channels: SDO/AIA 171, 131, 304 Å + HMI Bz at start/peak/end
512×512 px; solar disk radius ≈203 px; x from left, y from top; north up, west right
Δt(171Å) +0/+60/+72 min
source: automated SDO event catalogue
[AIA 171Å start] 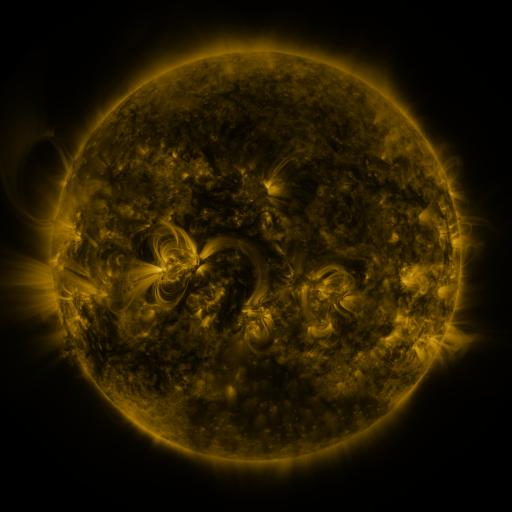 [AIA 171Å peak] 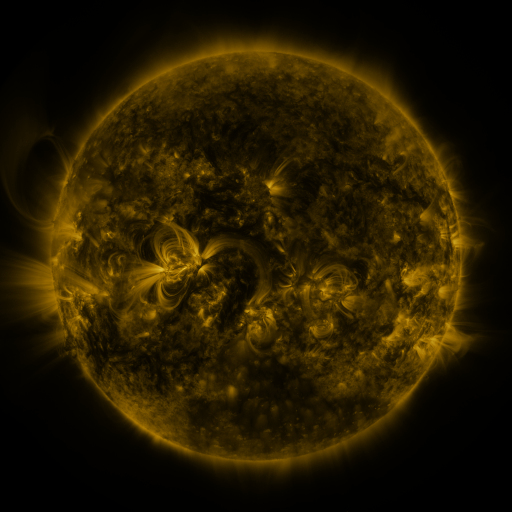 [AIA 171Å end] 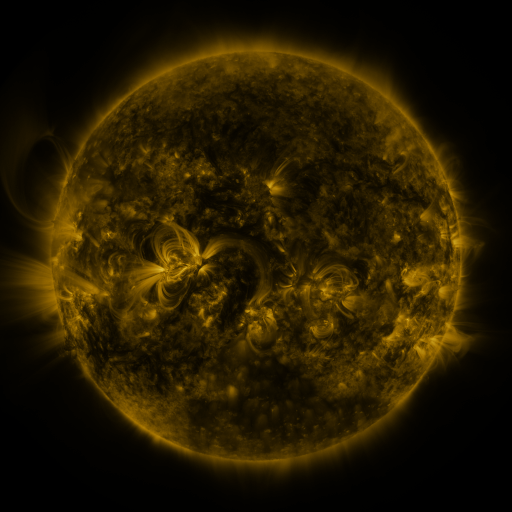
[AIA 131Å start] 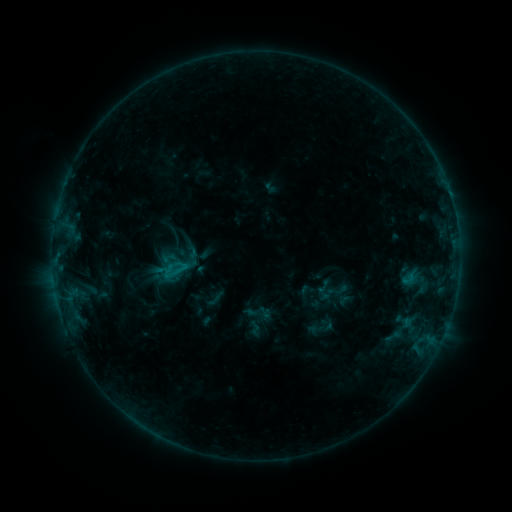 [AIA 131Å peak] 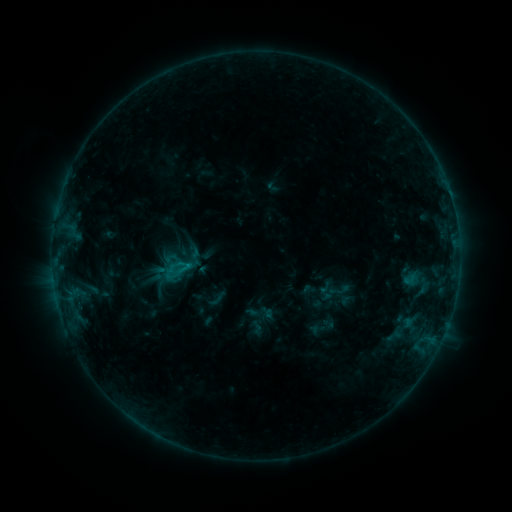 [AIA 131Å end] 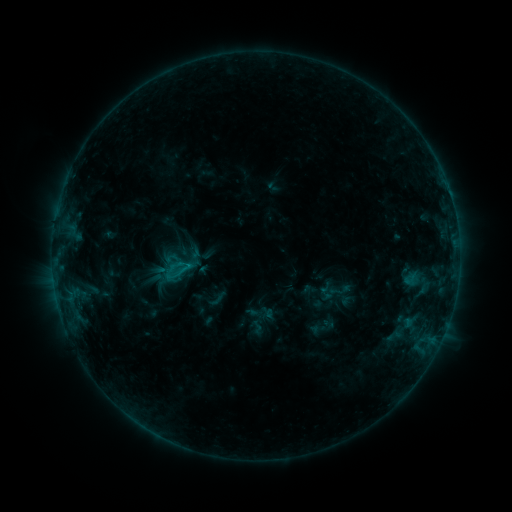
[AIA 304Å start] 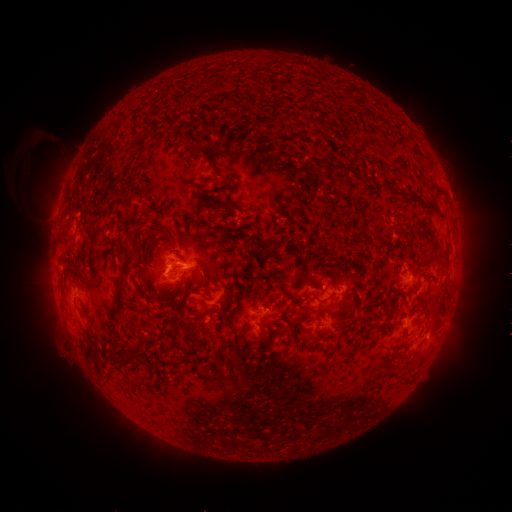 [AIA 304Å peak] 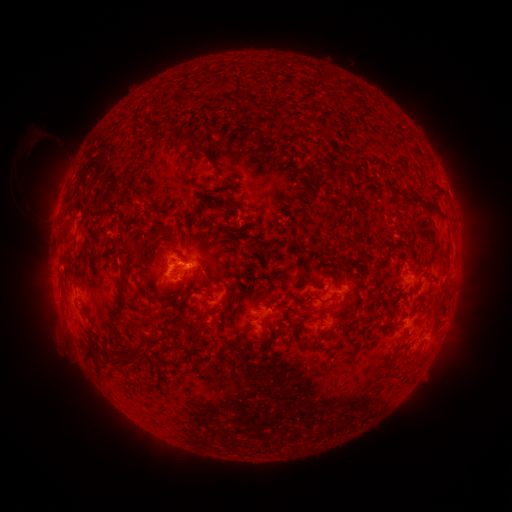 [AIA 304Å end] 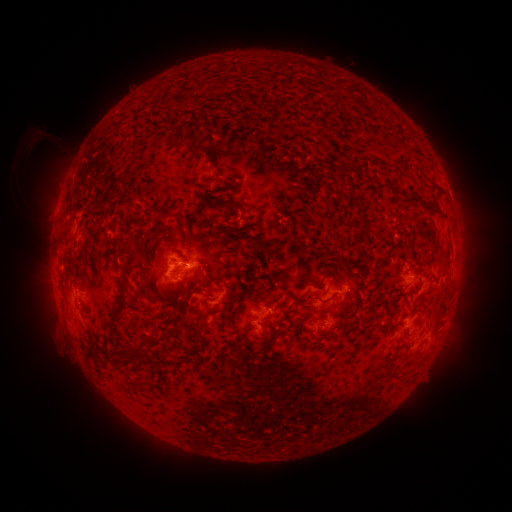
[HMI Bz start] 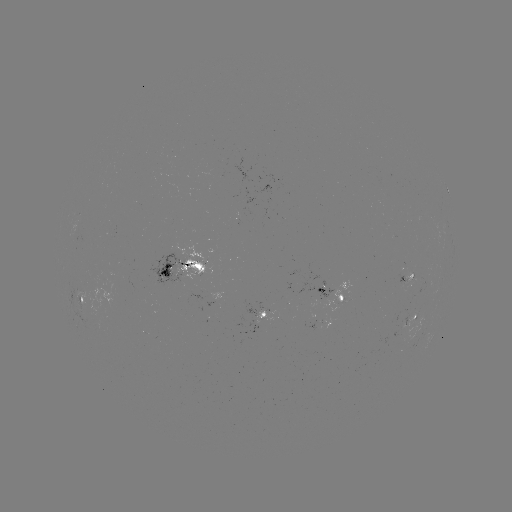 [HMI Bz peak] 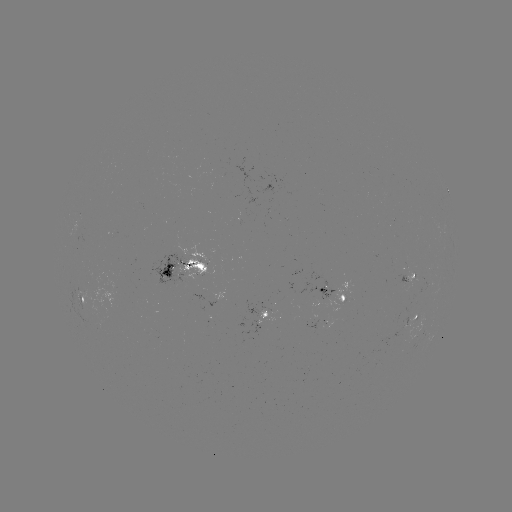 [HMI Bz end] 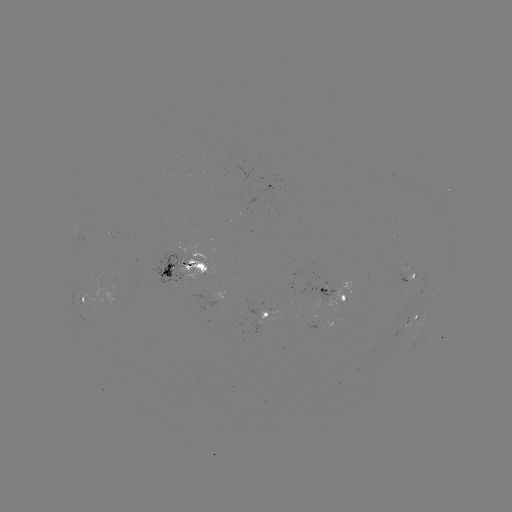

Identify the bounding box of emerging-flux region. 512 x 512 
[396, 275, 407, 285].